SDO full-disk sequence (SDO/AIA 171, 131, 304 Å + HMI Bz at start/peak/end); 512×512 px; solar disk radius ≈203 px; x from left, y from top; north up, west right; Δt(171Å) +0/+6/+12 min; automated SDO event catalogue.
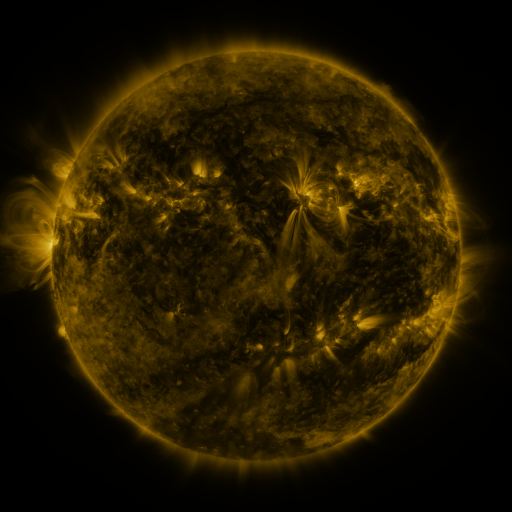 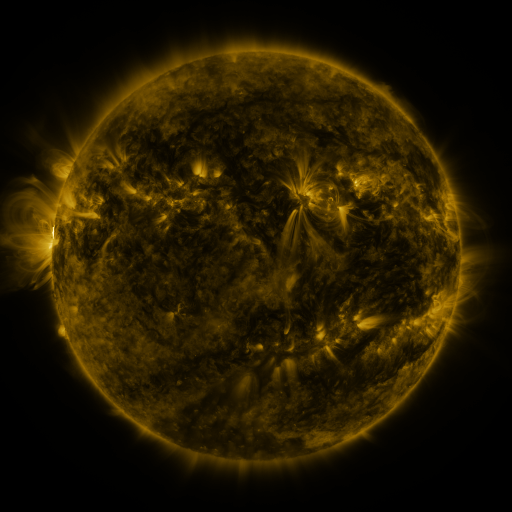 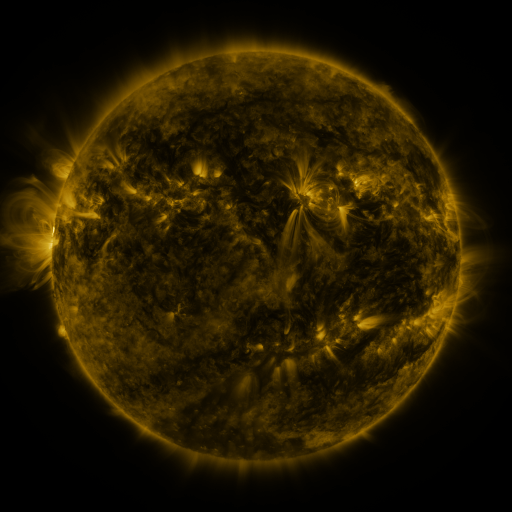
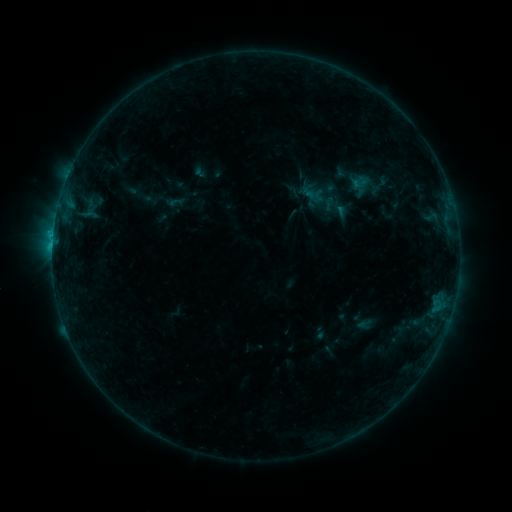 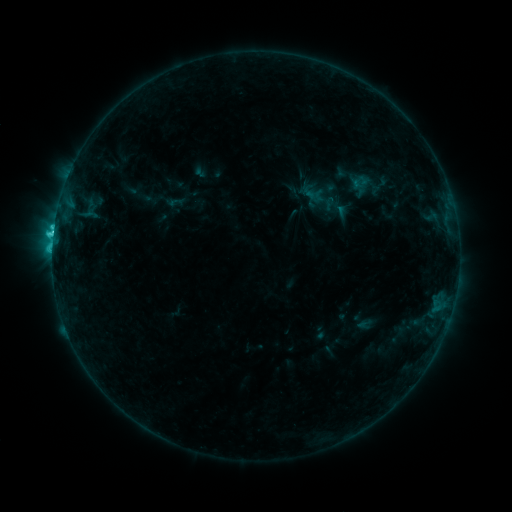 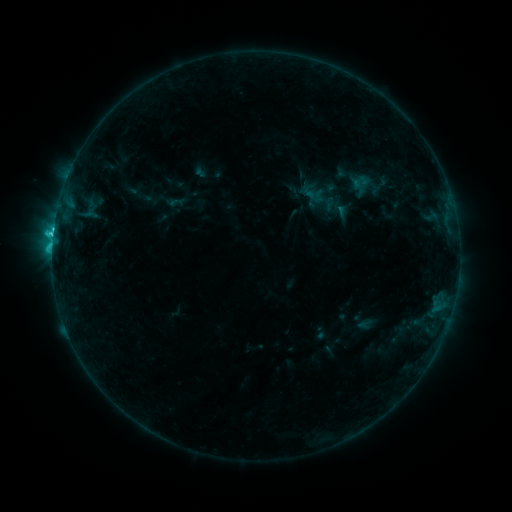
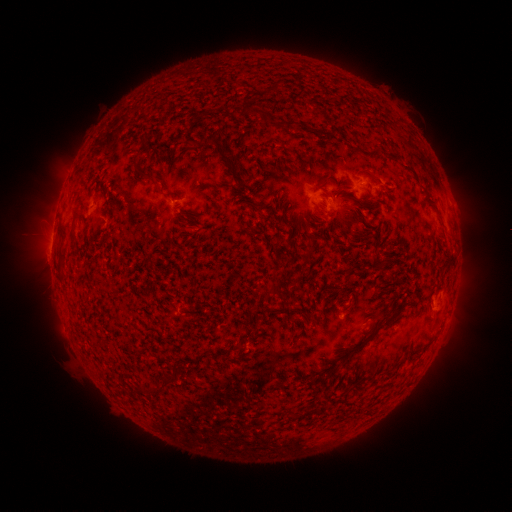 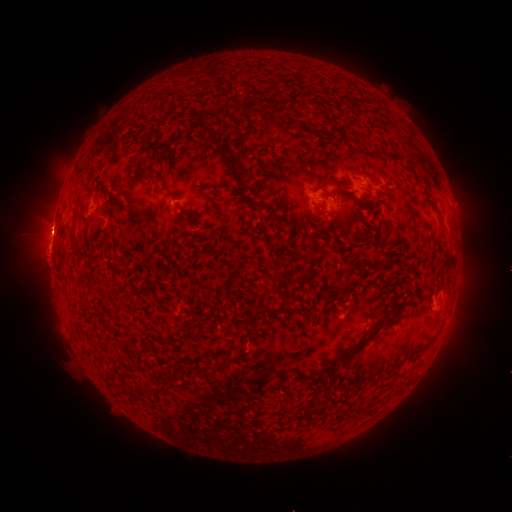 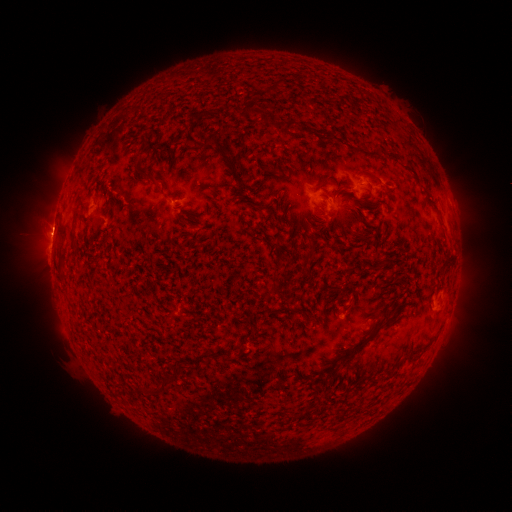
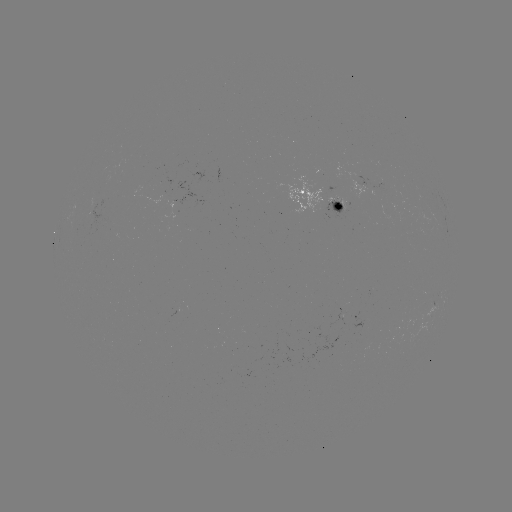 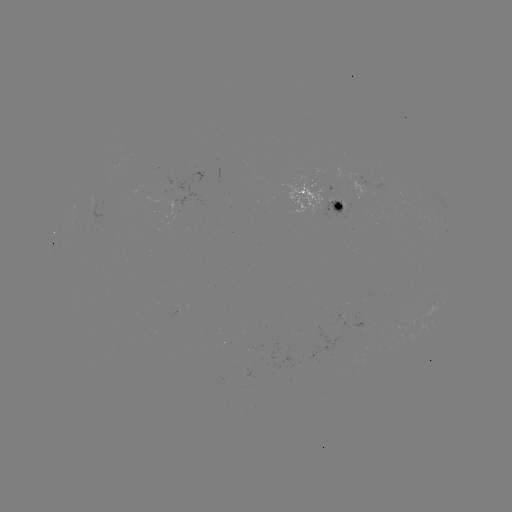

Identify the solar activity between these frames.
eruption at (51, 236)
